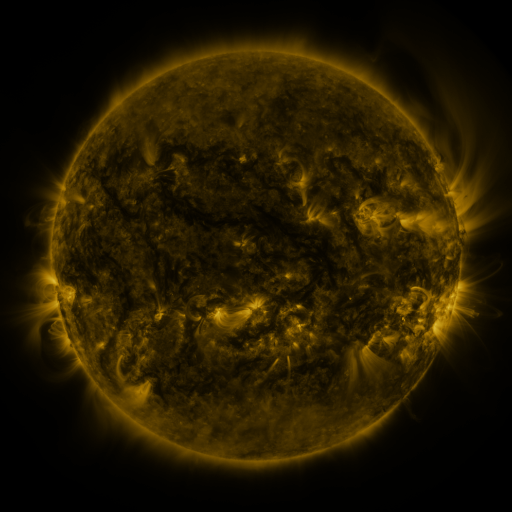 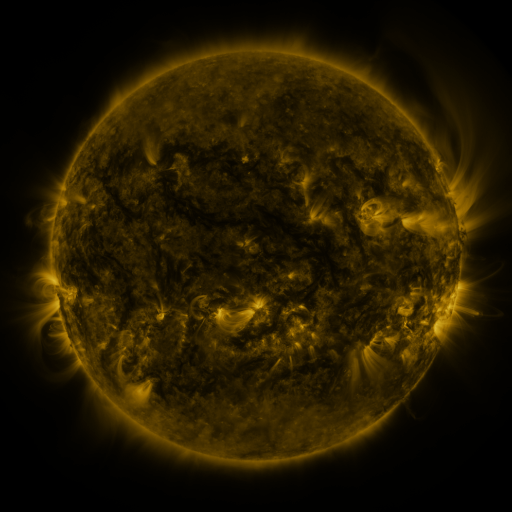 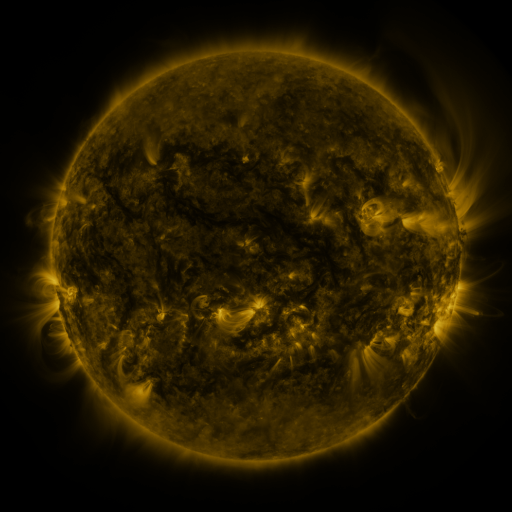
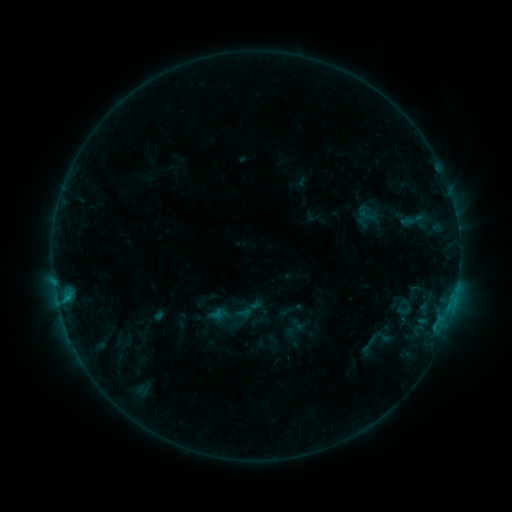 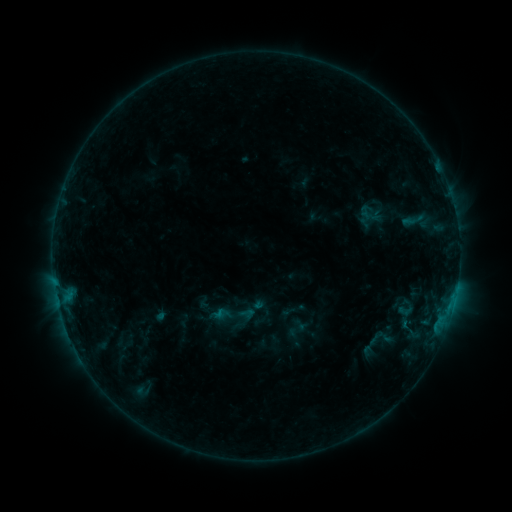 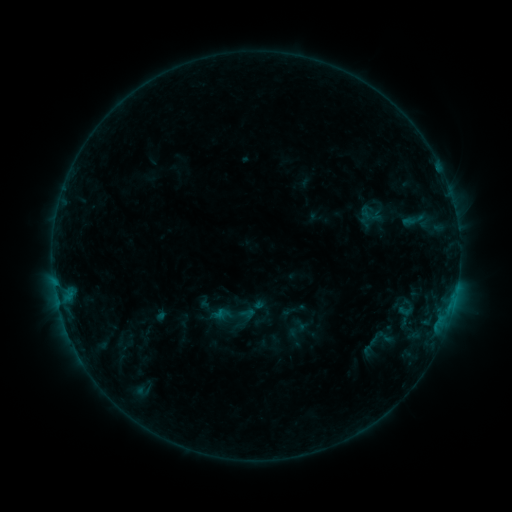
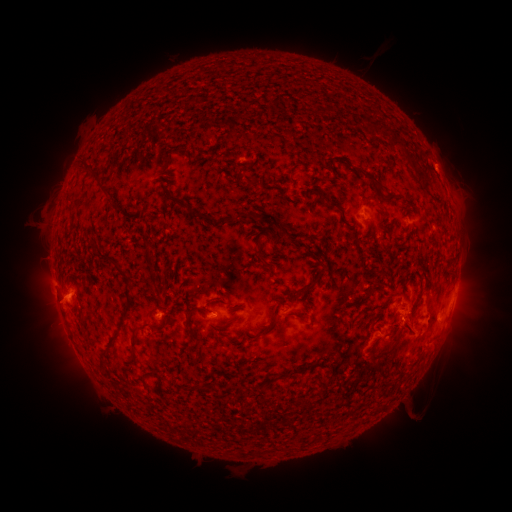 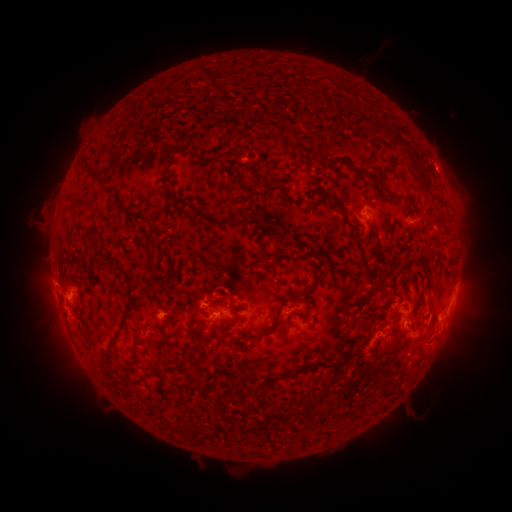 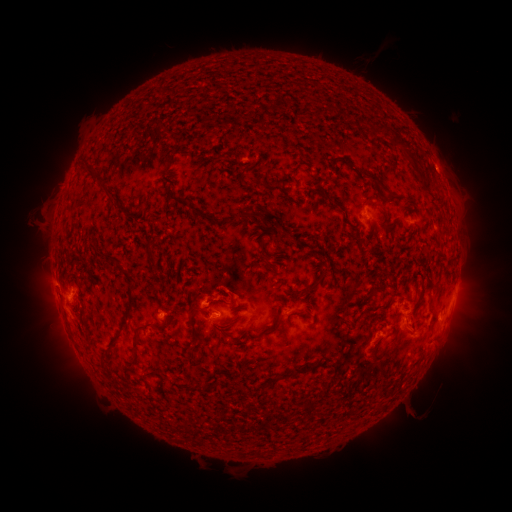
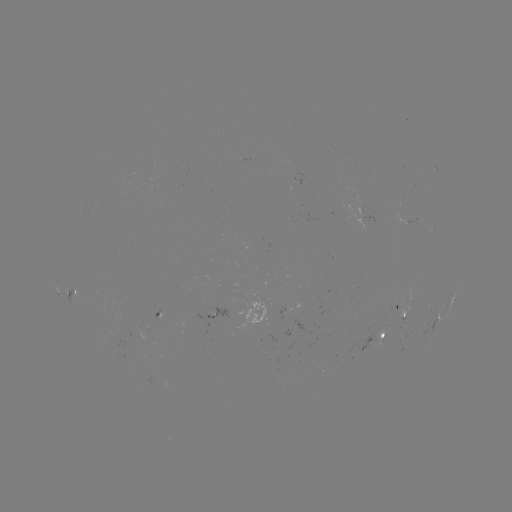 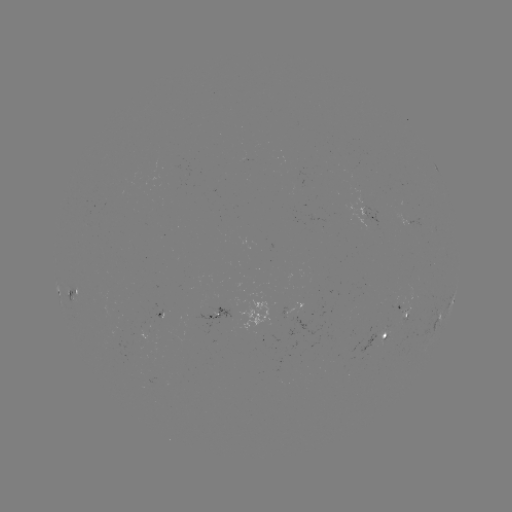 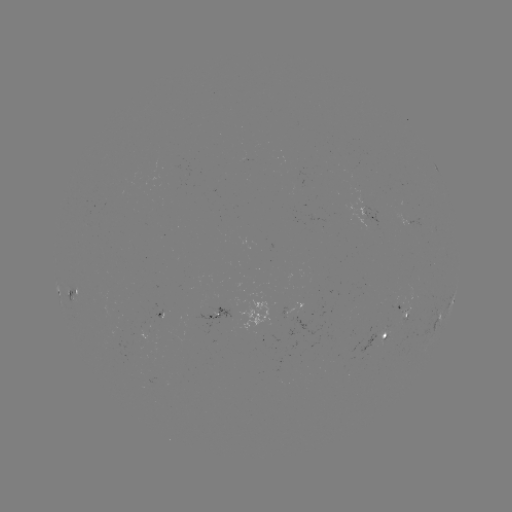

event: emerging-flux region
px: (403, 313)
